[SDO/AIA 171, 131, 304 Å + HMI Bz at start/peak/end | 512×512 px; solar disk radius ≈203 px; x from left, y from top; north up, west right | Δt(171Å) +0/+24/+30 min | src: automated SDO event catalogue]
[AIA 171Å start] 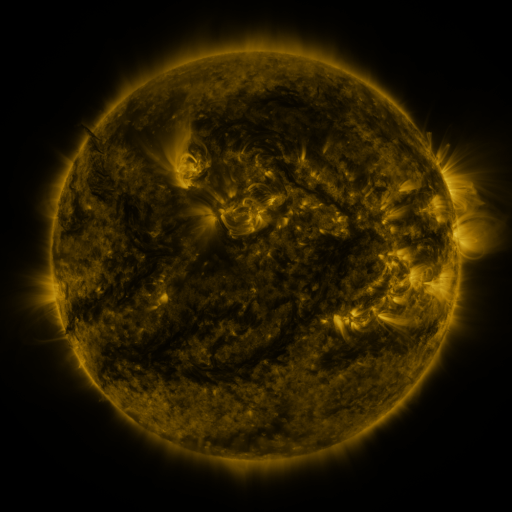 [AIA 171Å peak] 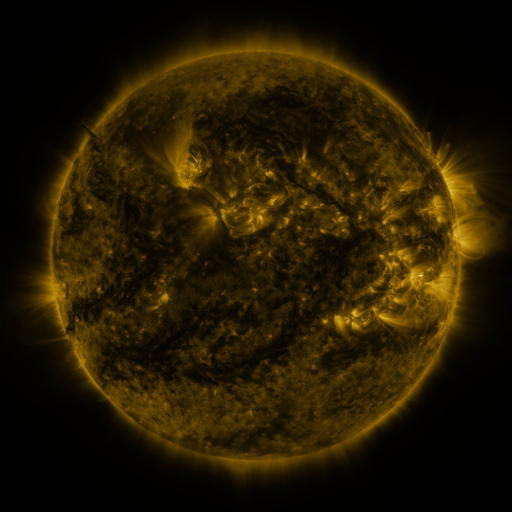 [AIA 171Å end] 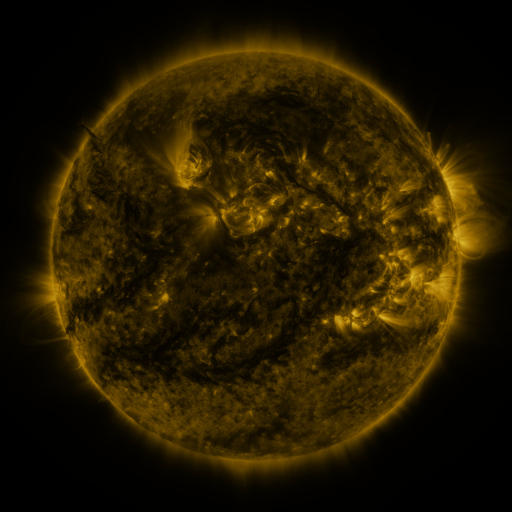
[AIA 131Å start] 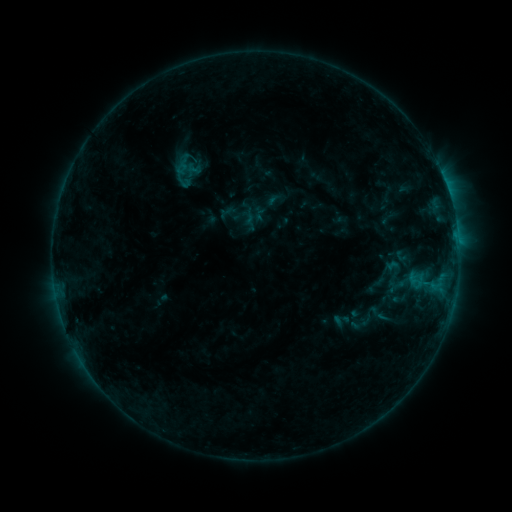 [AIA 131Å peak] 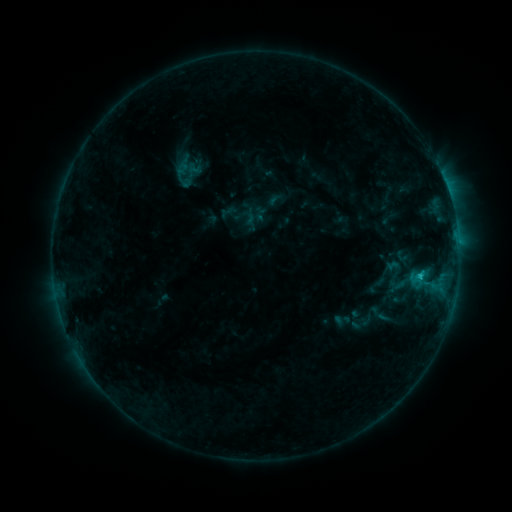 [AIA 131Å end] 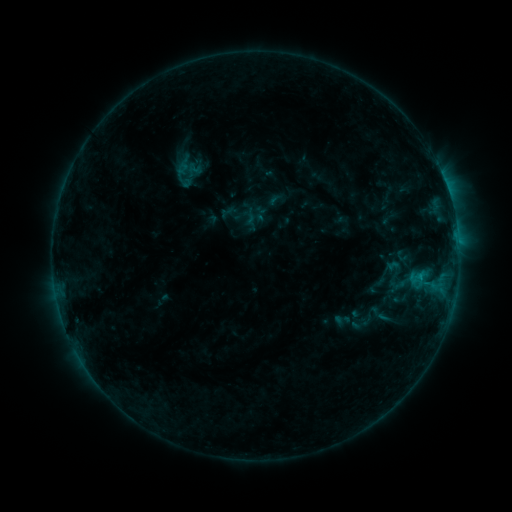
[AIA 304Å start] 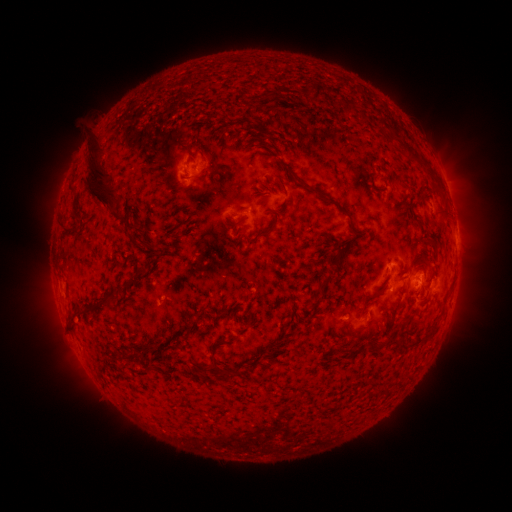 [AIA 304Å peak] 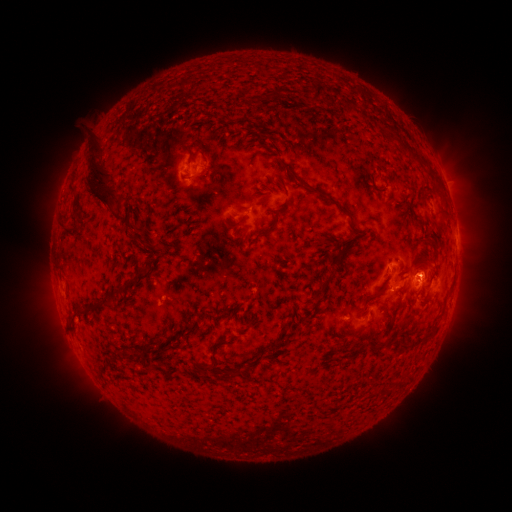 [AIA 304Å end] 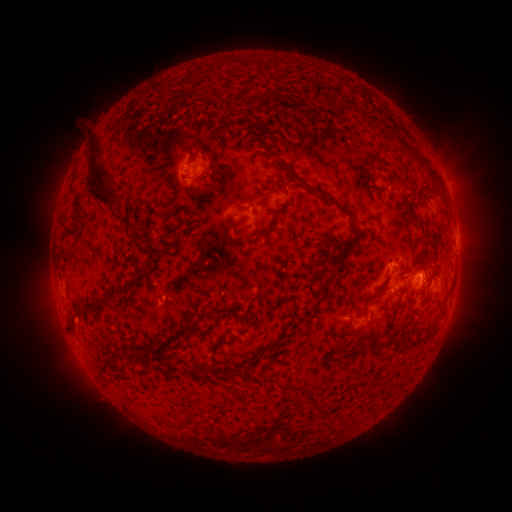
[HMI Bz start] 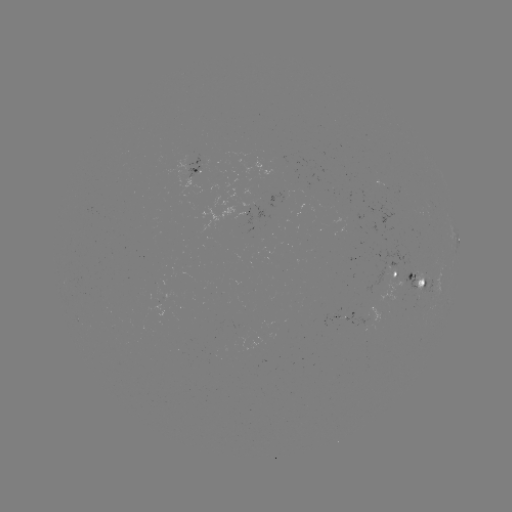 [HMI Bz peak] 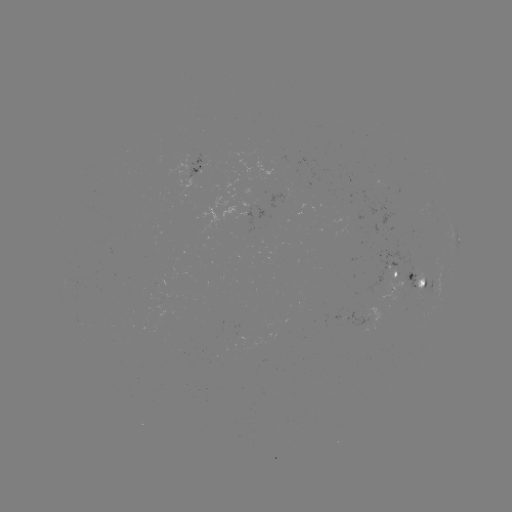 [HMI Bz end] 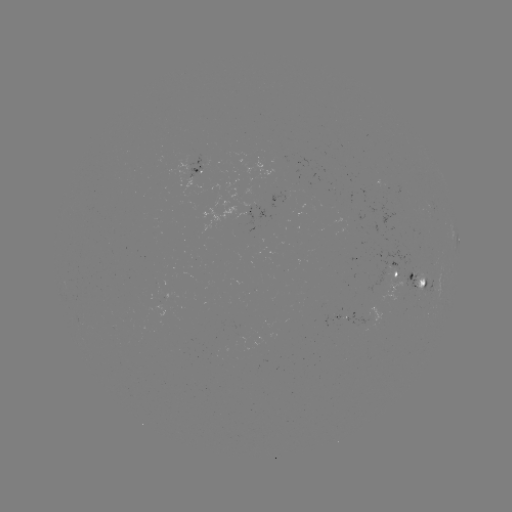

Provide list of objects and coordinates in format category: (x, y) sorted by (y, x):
B8.5 flare: (419, 274)
